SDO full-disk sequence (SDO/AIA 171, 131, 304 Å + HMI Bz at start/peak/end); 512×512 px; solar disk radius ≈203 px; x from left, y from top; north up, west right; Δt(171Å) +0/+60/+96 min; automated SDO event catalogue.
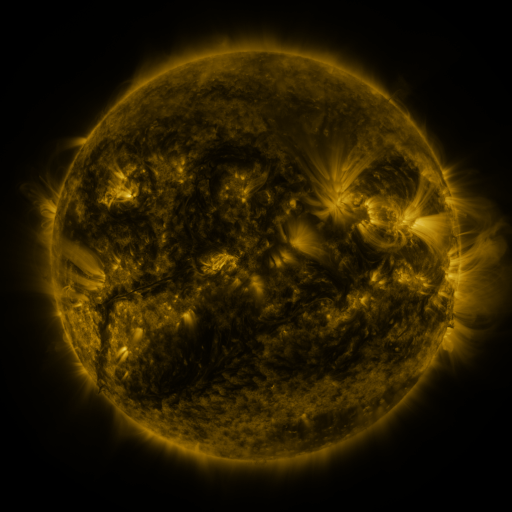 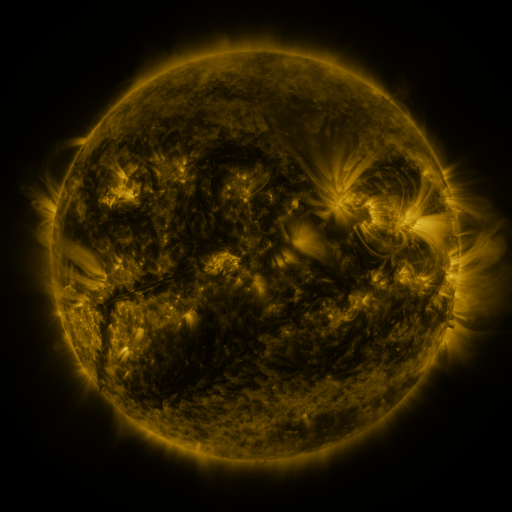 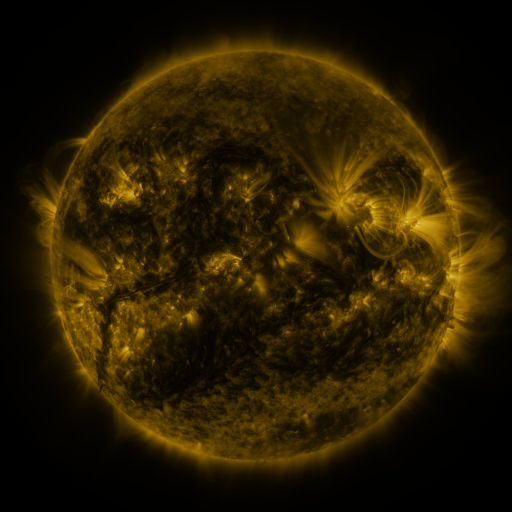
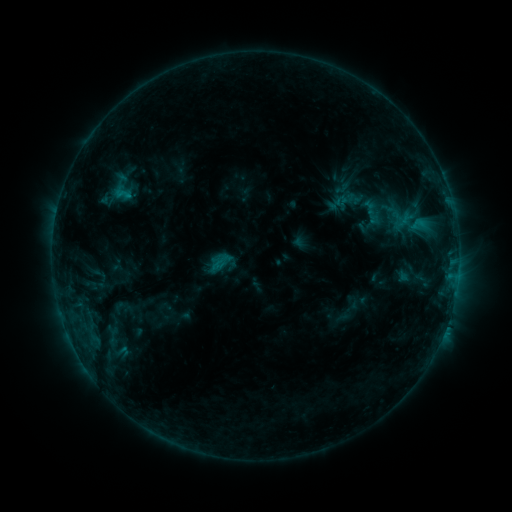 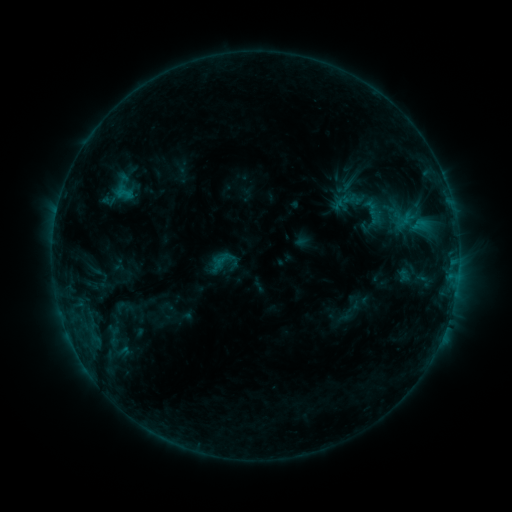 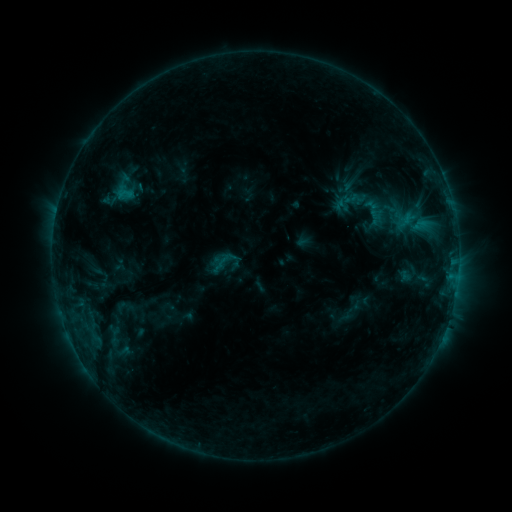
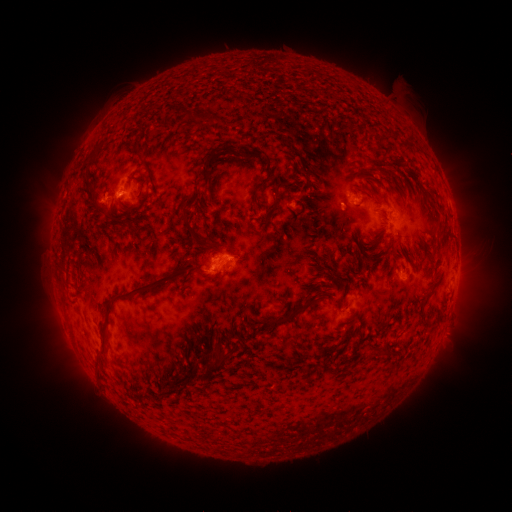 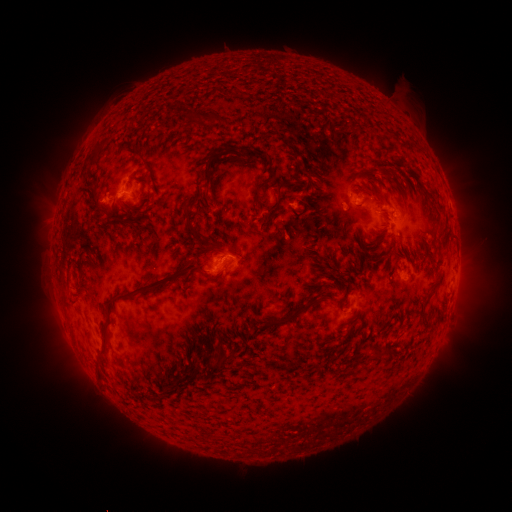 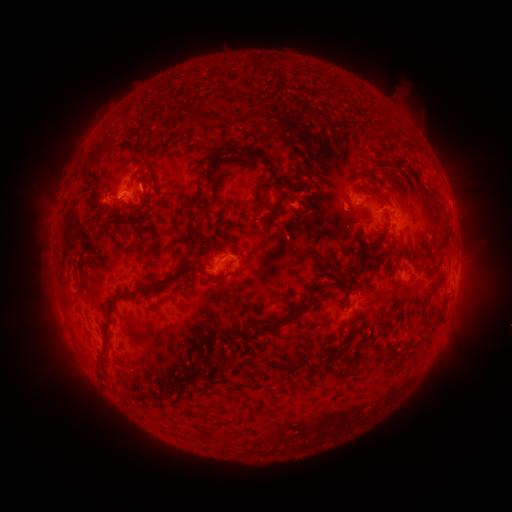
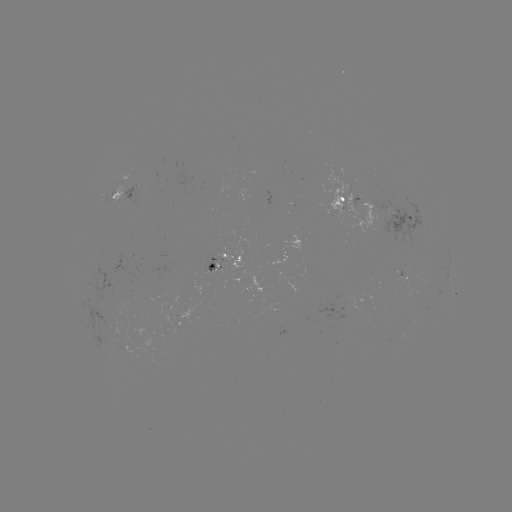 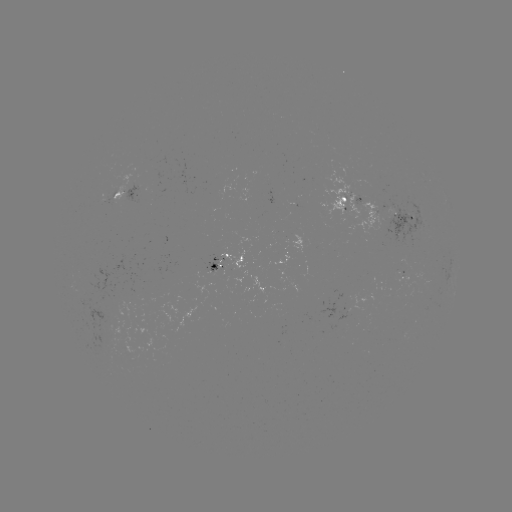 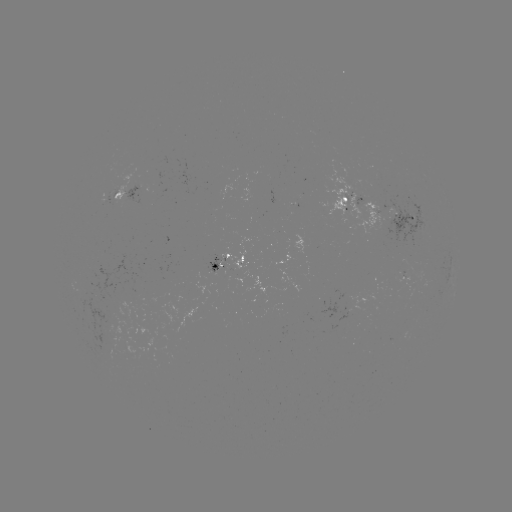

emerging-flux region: (333, 289, 372, 312)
